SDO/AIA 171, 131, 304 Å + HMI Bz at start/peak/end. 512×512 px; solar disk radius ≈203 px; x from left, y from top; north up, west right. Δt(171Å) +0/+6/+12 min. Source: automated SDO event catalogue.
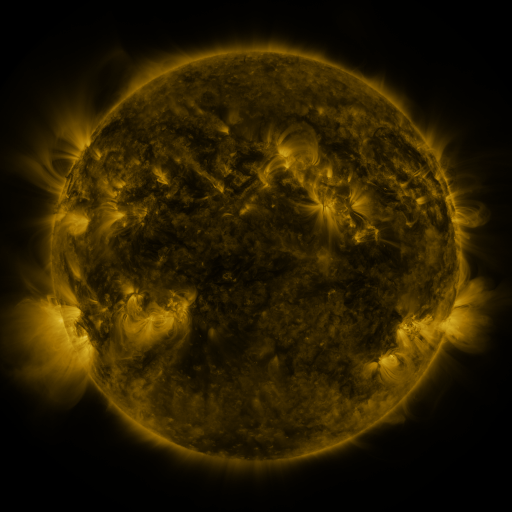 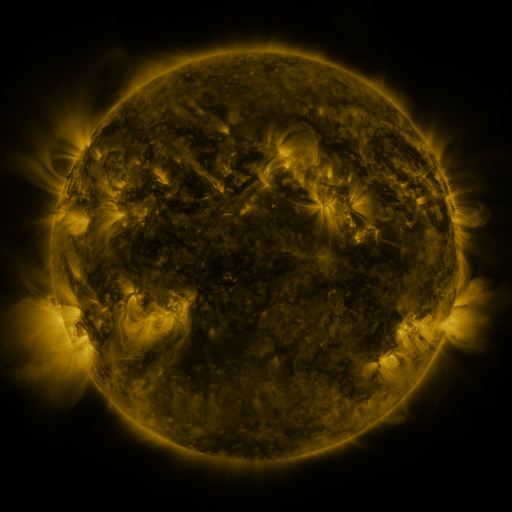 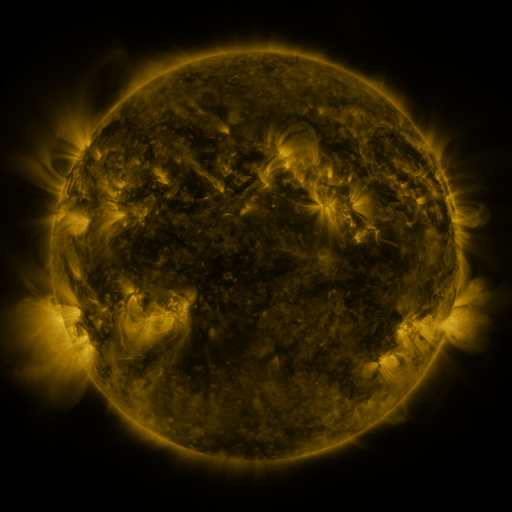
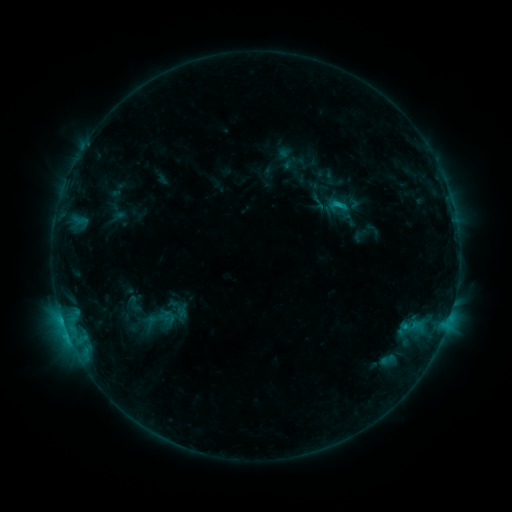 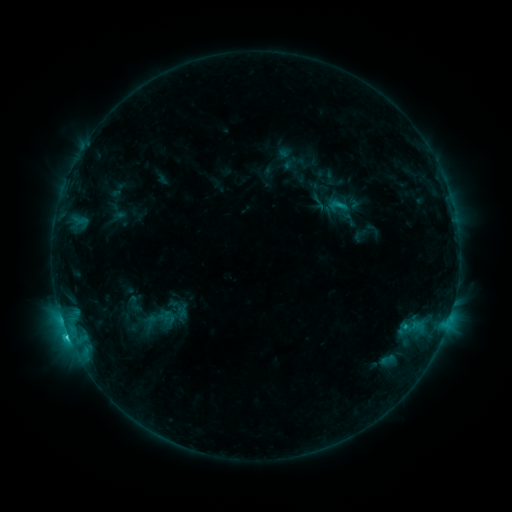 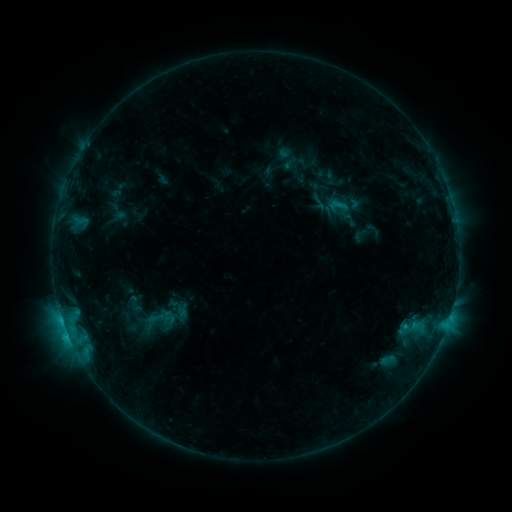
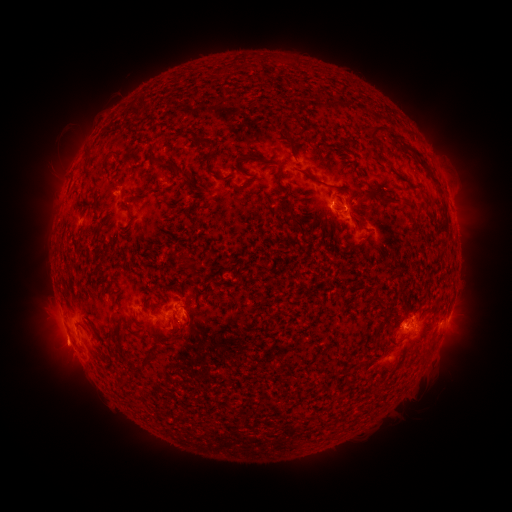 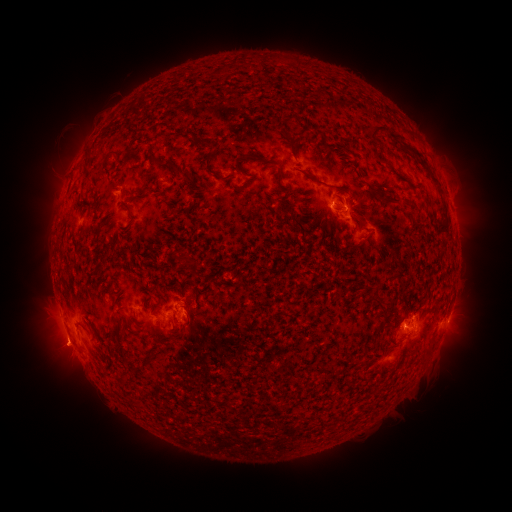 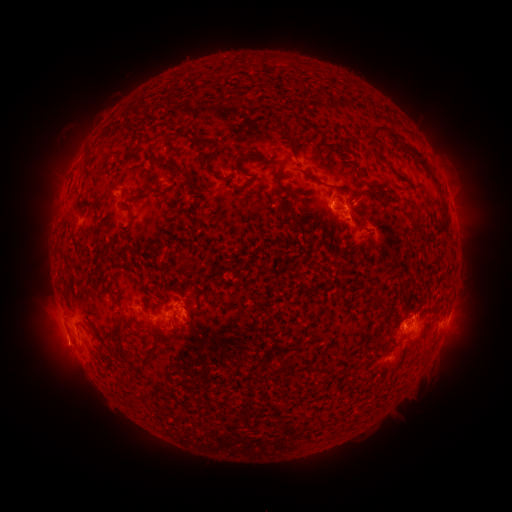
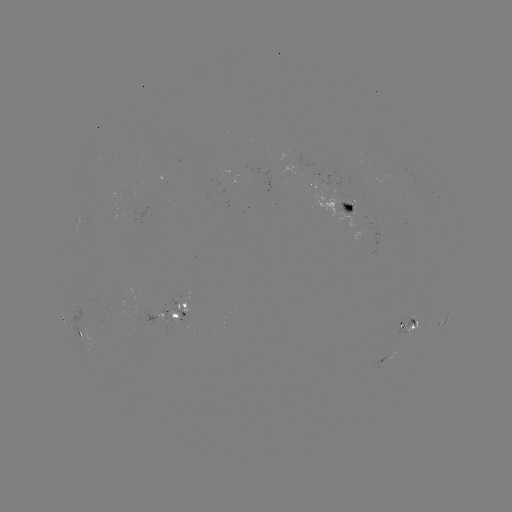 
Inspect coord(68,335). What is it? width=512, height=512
C1.7 flare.